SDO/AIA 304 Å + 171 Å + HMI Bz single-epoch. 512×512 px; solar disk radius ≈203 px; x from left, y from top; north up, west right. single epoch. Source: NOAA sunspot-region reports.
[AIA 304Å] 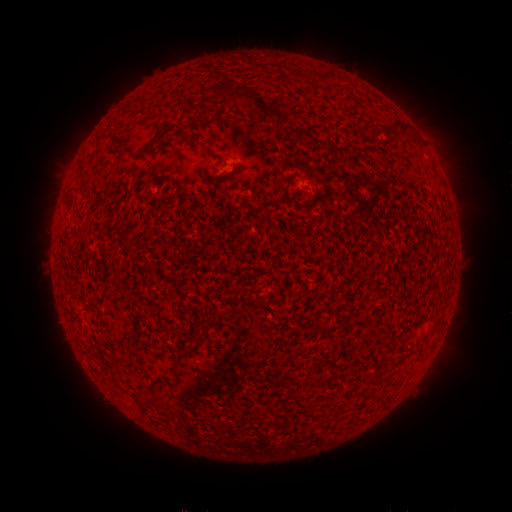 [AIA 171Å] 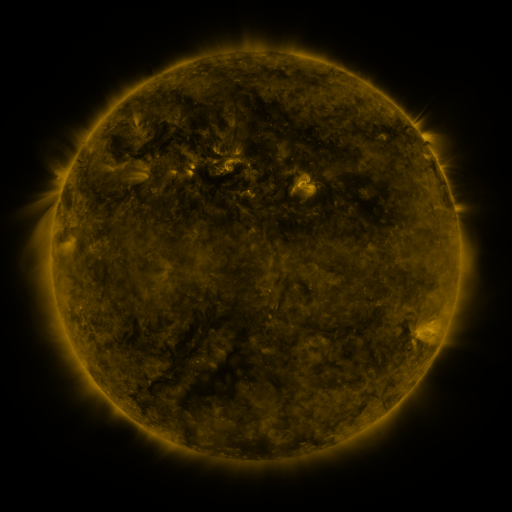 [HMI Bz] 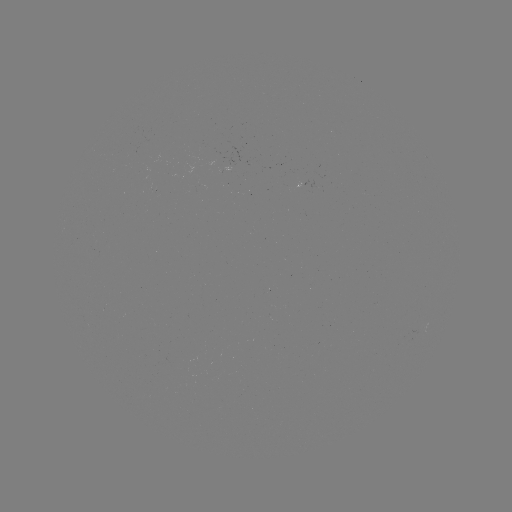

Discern spotted active region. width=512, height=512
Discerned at (236, 162).